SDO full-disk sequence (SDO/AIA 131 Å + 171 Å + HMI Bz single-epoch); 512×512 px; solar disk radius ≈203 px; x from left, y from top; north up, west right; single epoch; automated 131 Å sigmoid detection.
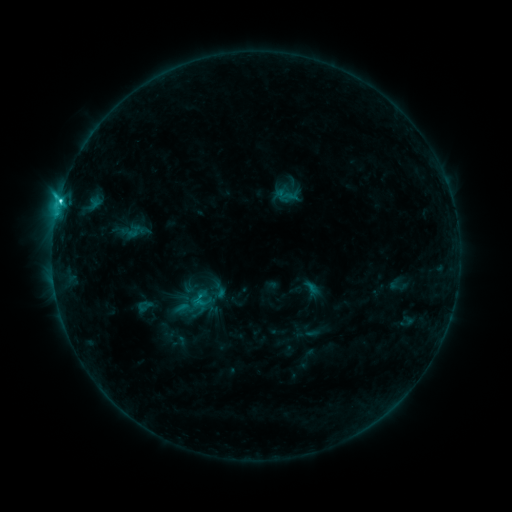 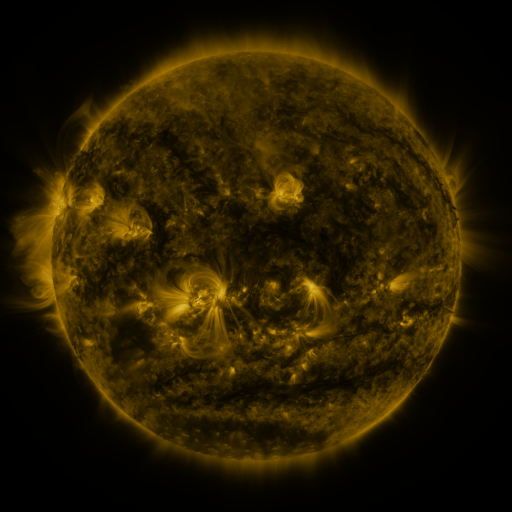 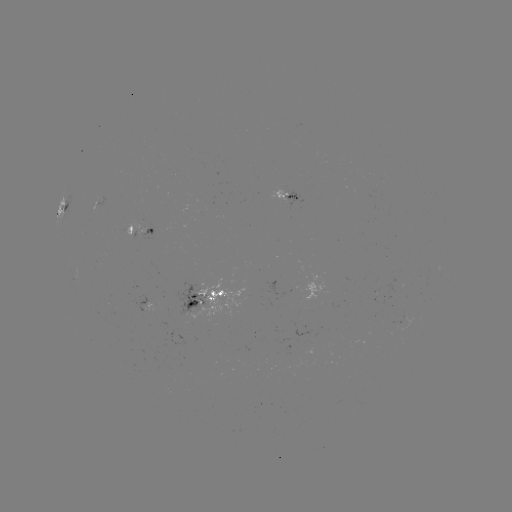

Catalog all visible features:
sigmoid: (135, 231)
sigmoid: (192, 305)
